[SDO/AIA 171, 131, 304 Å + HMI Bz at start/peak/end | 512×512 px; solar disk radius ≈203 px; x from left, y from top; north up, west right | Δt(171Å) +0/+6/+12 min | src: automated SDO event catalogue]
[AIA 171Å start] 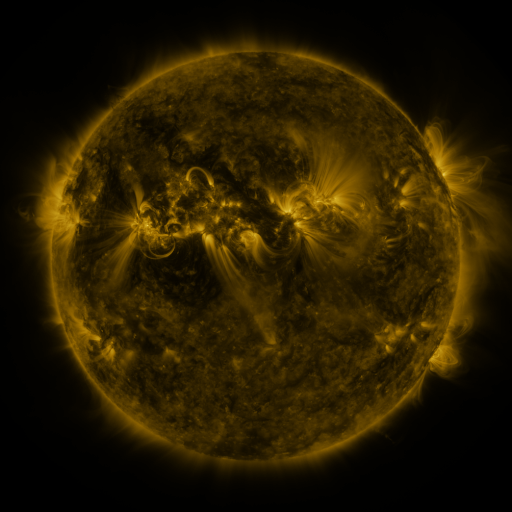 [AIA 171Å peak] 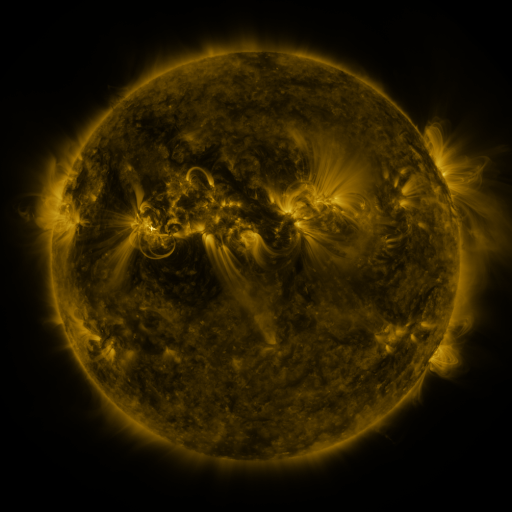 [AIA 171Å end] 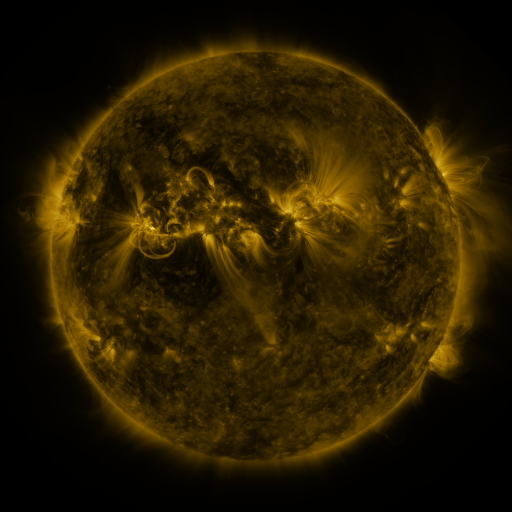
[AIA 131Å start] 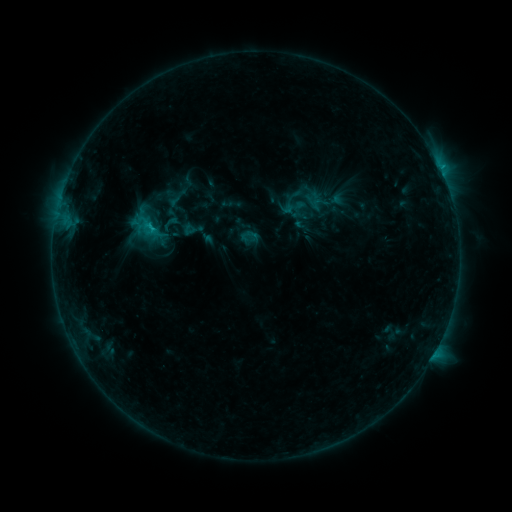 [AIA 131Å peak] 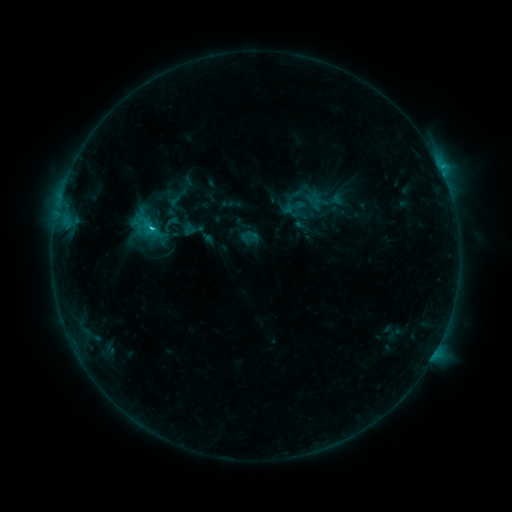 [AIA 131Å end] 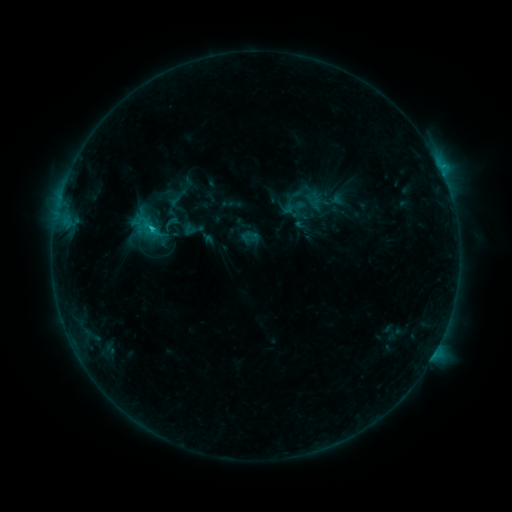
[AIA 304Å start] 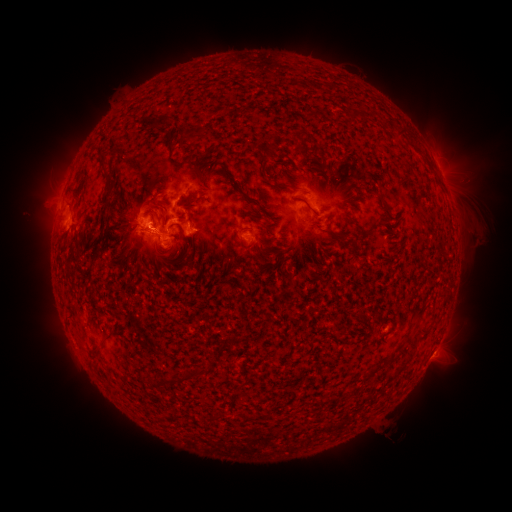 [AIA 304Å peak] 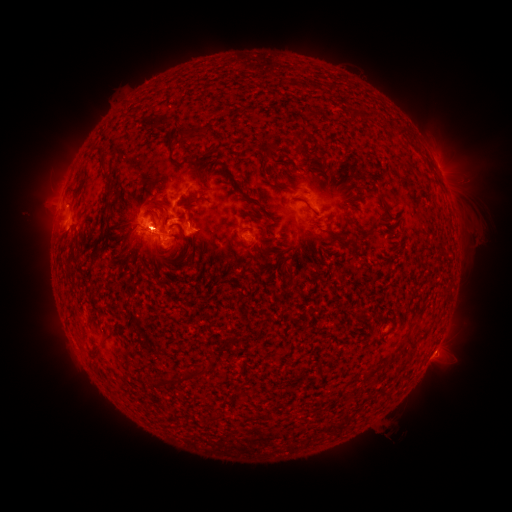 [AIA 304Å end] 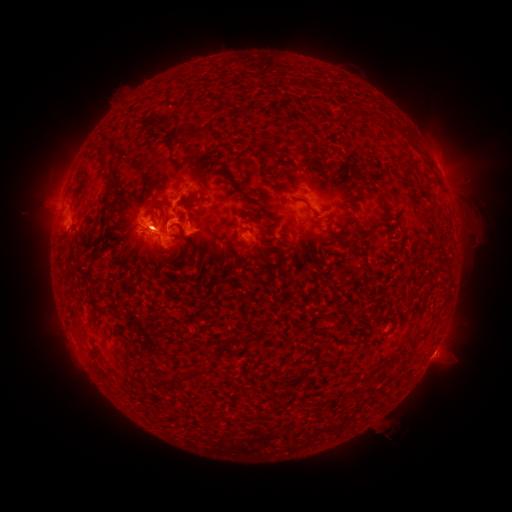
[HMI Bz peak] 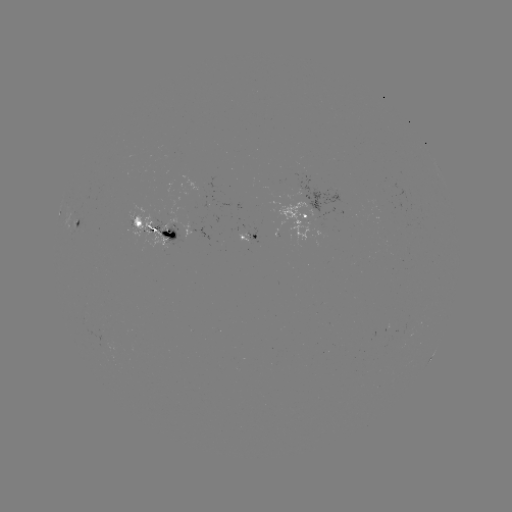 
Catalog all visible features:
C3.3 flare: (153, 231)
